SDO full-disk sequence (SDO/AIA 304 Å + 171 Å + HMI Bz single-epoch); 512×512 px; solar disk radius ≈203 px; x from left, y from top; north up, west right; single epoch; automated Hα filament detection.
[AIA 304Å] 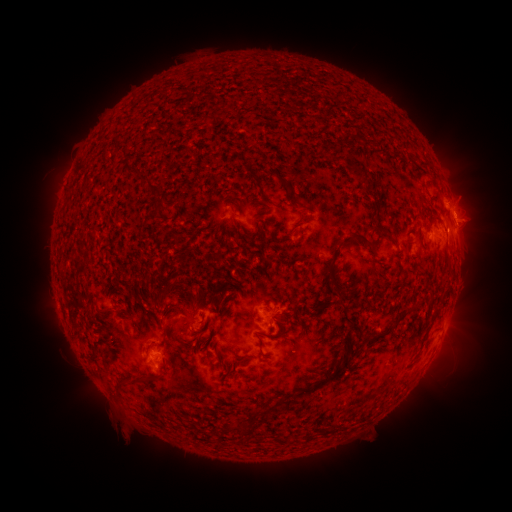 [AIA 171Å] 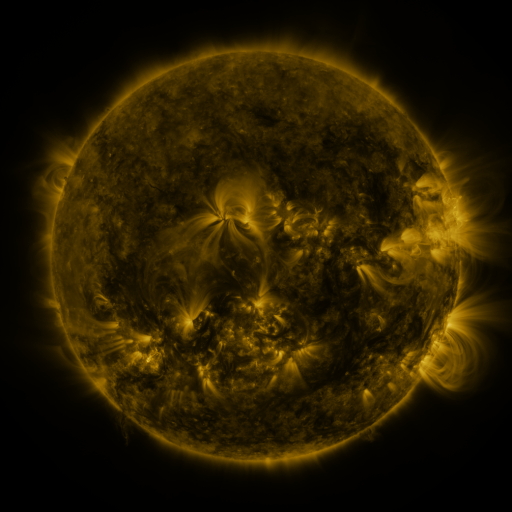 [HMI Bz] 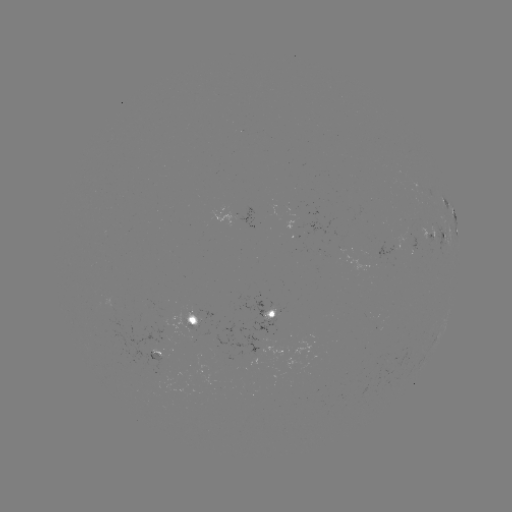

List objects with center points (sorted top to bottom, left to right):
filament: <bbox>337, 130, 363, 144</bbox>
filament: <bbox>416, 158, 431, 166</bbox>
filament: <bbox>352, 165, 368, 185</bbox>
filament: <bbox>127, 169, 162, 197</bbox>
filament: <bbox>151, 202, 168, 214</bbox>
filament: <bbox>371, 222, 391, 235</bbox>
filament: <bbox>343, 230, 374, 252</bbox>
filament: <bbox>325, 246, 347, 298</bbox>
filament: <bbox>158, 282, 176, 301</bbox>
filament: <bbox>186, 290, 197, 306</bbox>
filament: <bbox>291, 303, 301, 312</bbox>
filament: <bbox>391, 308, 410, 327</bbox>
filament: <bbox>275, 318, 288, 336</bbox>
filament: <bbox>74, 333, 86, 342</bbox>
filament: <bbox>321, 369, 340, 383</bbox>
filament: <bbox>122, 375, 151, 388</bbox>
filament: <bbox>235, 418, 256, 435</bbox>
